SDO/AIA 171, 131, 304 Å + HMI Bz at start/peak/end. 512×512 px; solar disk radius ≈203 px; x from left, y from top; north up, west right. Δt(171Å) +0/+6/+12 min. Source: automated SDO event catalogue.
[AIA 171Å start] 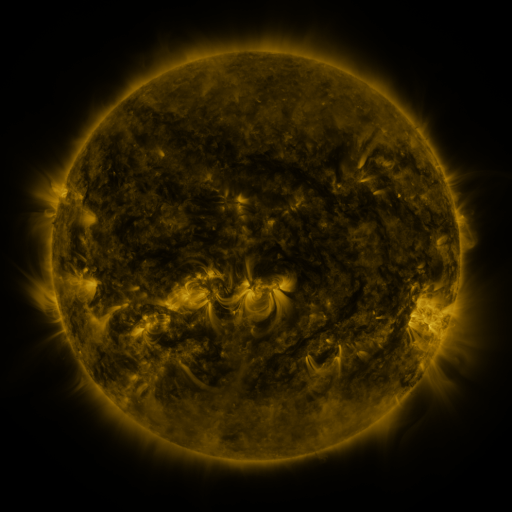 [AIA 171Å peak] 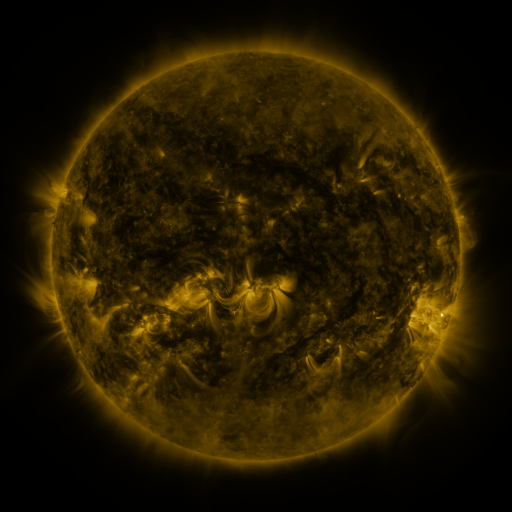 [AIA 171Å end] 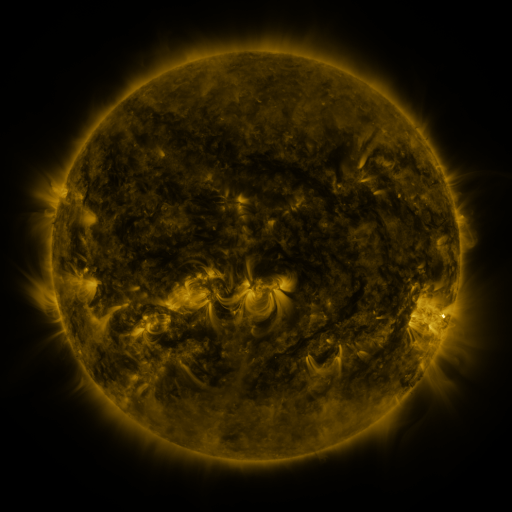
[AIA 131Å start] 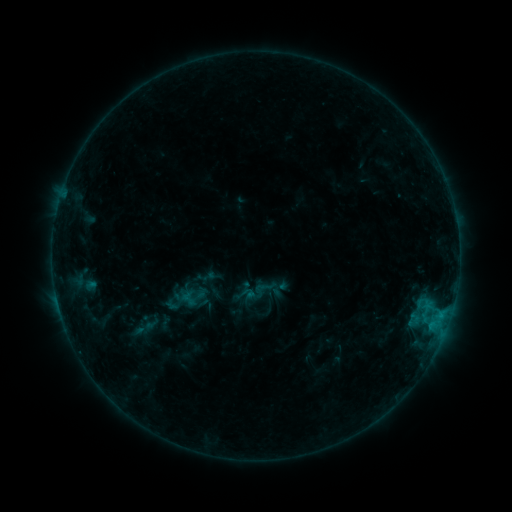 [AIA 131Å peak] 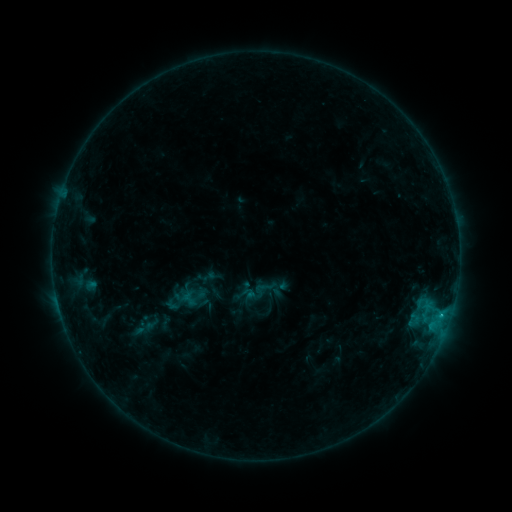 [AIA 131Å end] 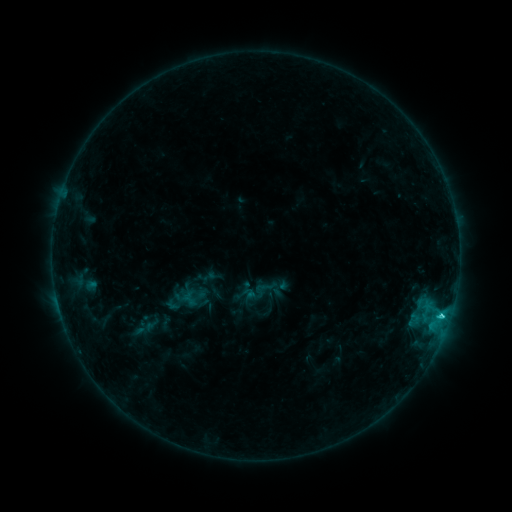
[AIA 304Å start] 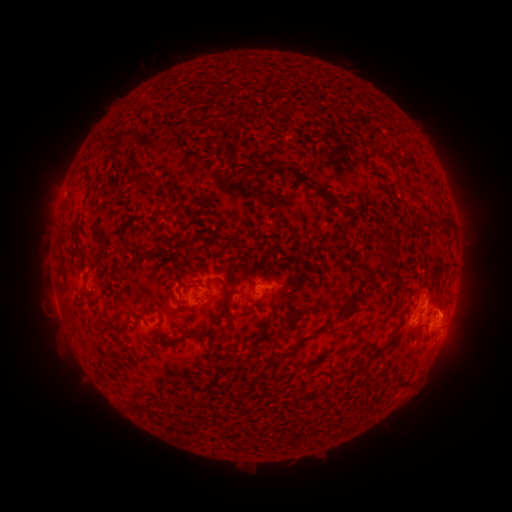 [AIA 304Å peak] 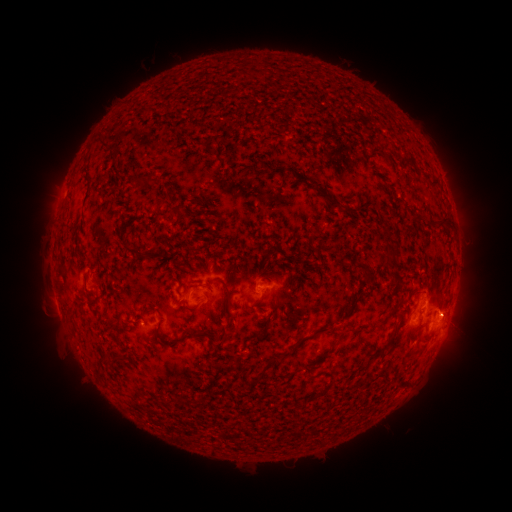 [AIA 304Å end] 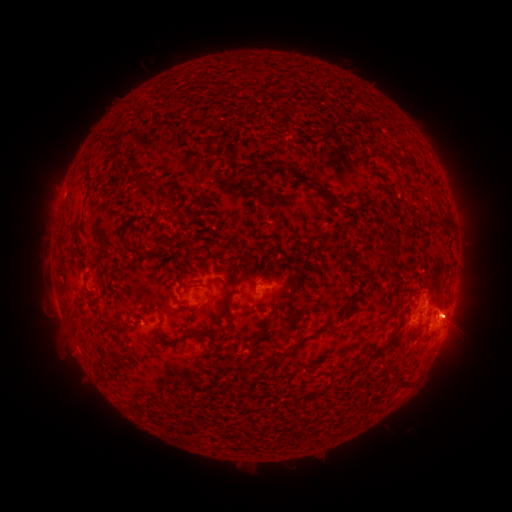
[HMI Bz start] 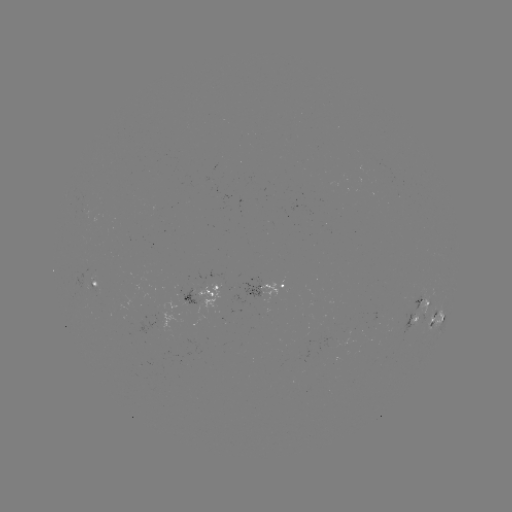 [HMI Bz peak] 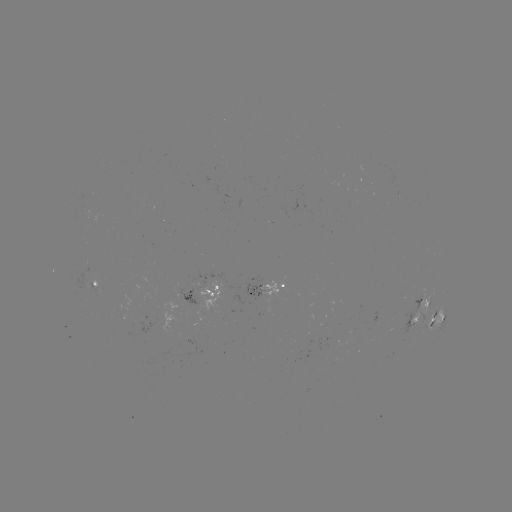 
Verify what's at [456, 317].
eruption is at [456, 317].